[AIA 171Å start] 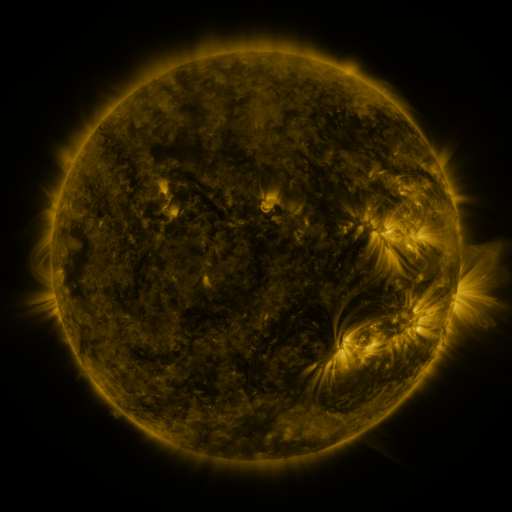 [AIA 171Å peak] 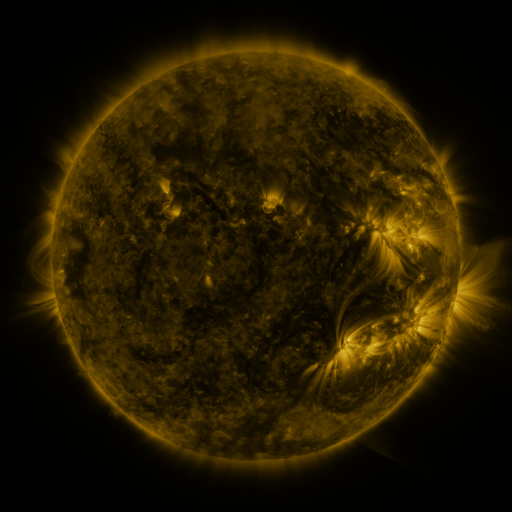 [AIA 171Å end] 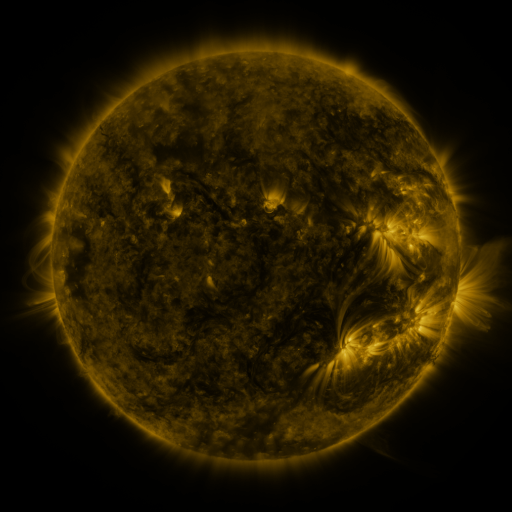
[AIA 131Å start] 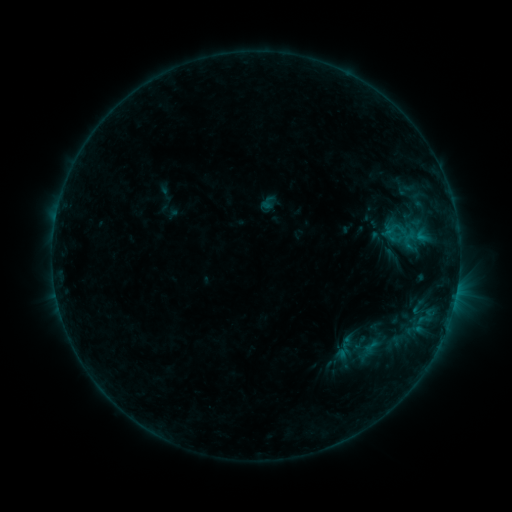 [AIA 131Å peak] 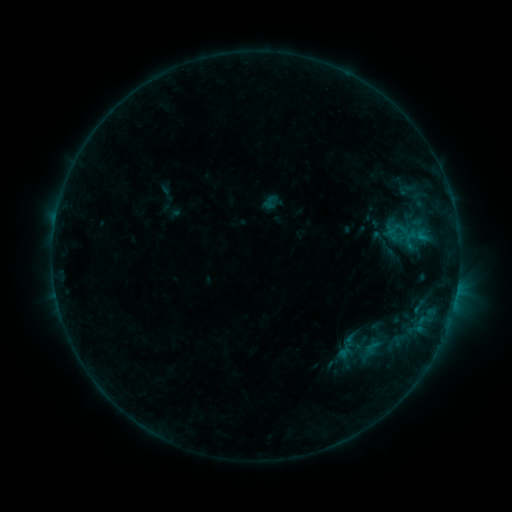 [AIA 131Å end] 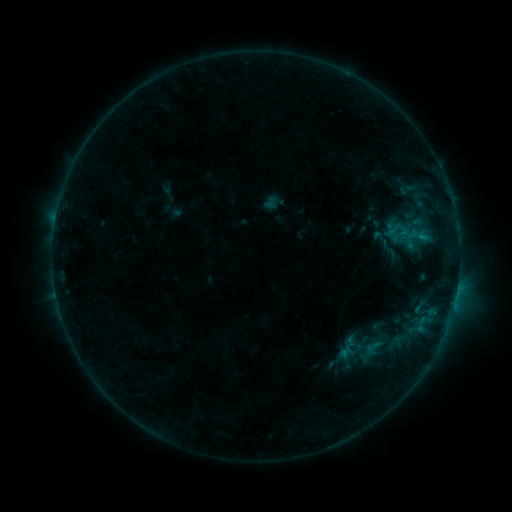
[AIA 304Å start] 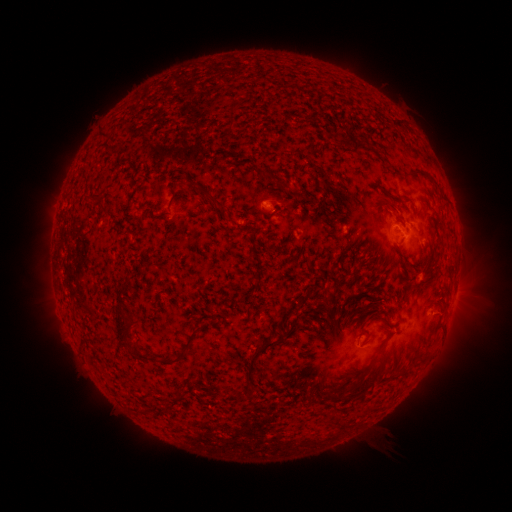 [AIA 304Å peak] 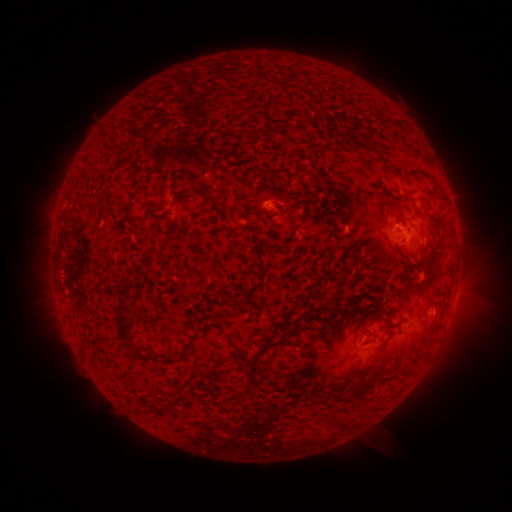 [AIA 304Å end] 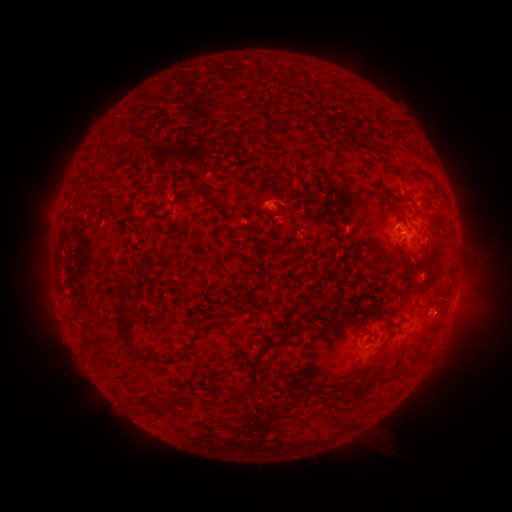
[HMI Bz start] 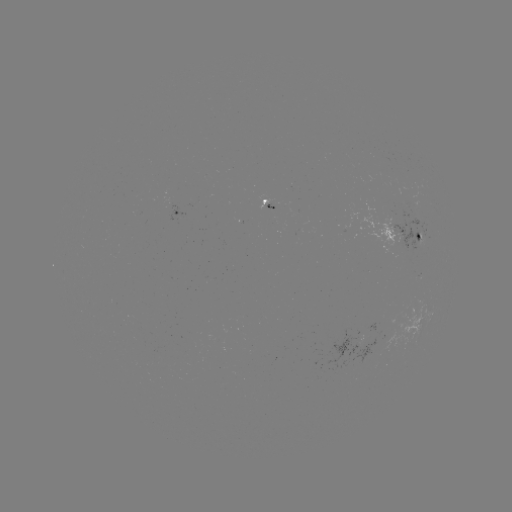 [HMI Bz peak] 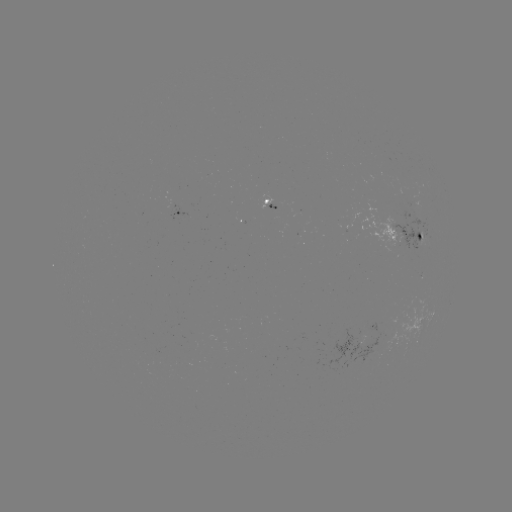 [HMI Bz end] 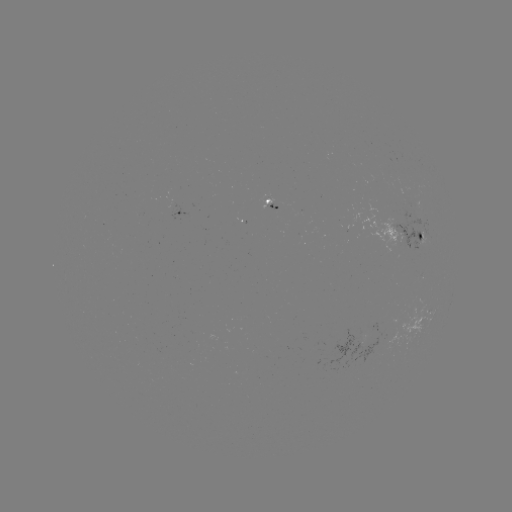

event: emerging-flux region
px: (284, 209)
